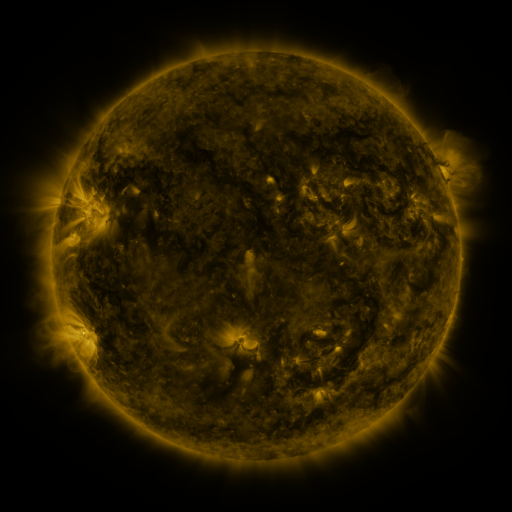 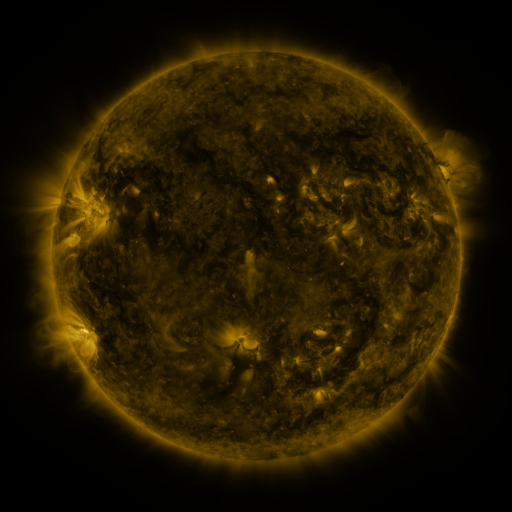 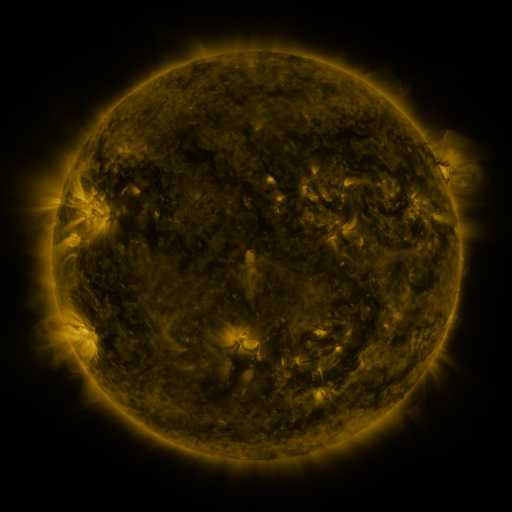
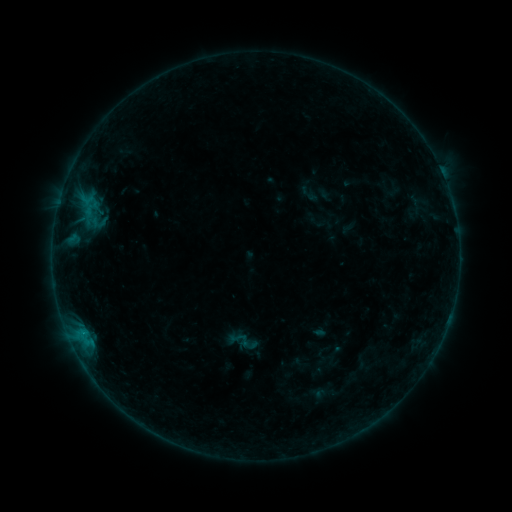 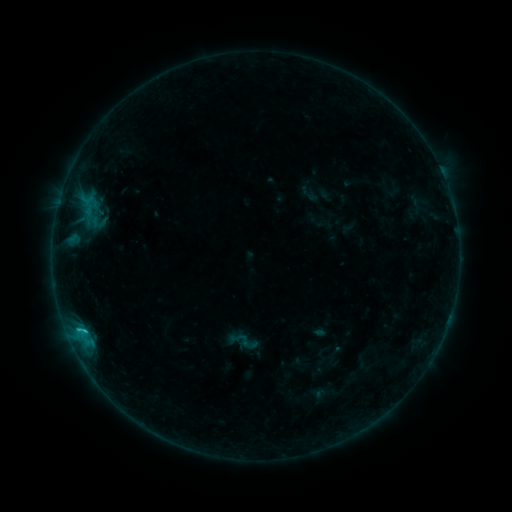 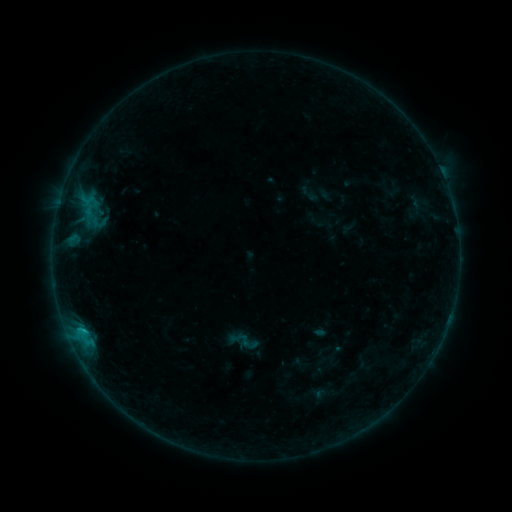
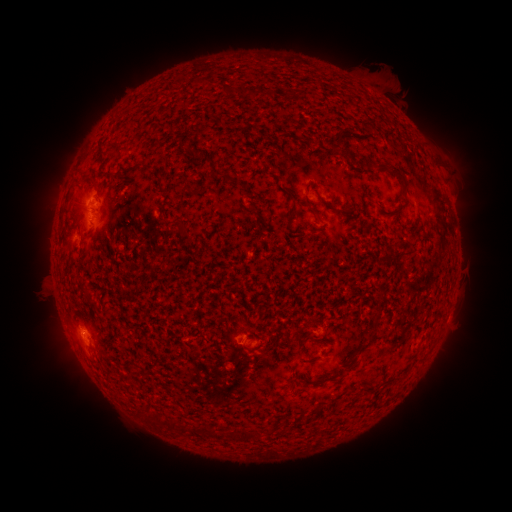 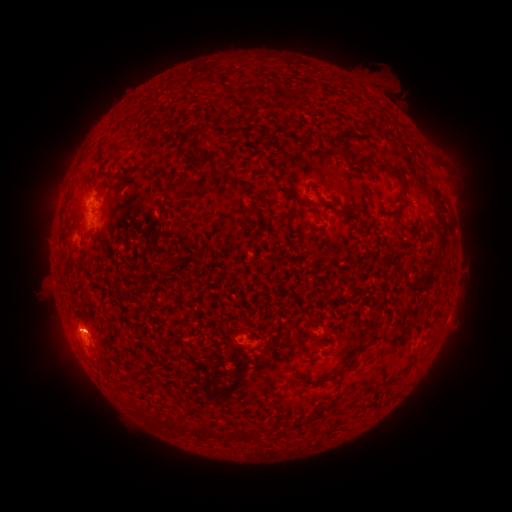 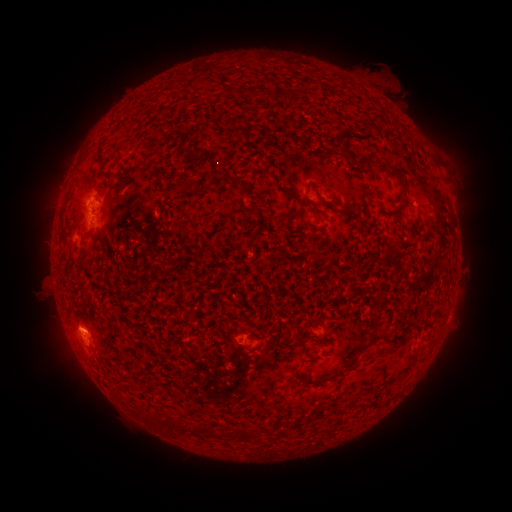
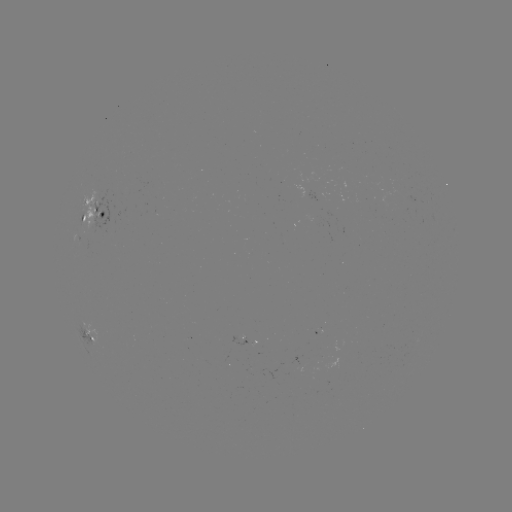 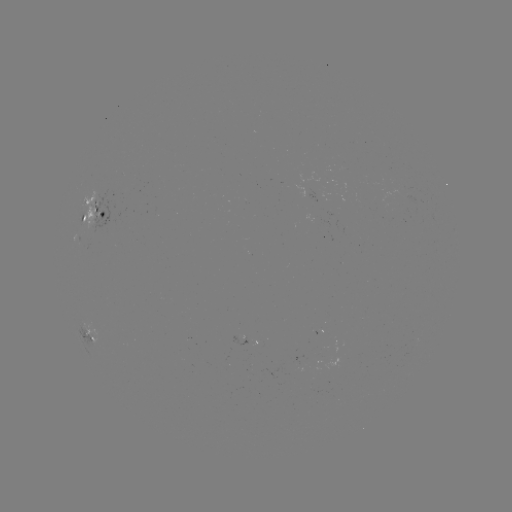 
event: flare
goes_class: B6.6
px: (85, 329)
